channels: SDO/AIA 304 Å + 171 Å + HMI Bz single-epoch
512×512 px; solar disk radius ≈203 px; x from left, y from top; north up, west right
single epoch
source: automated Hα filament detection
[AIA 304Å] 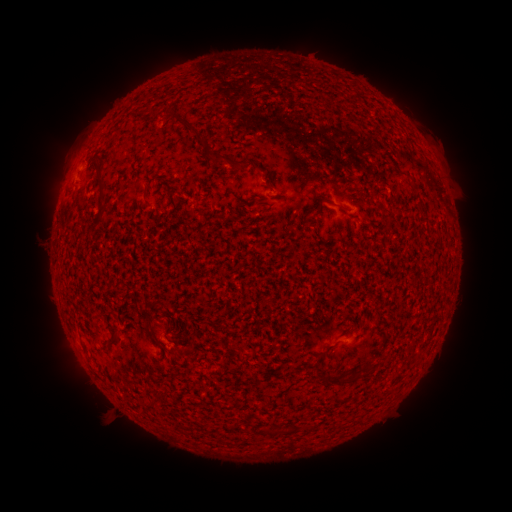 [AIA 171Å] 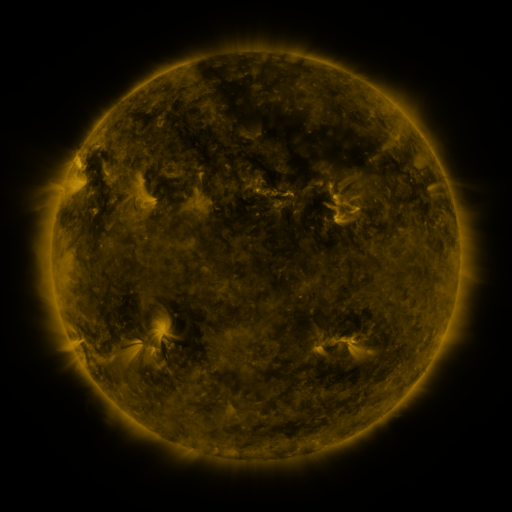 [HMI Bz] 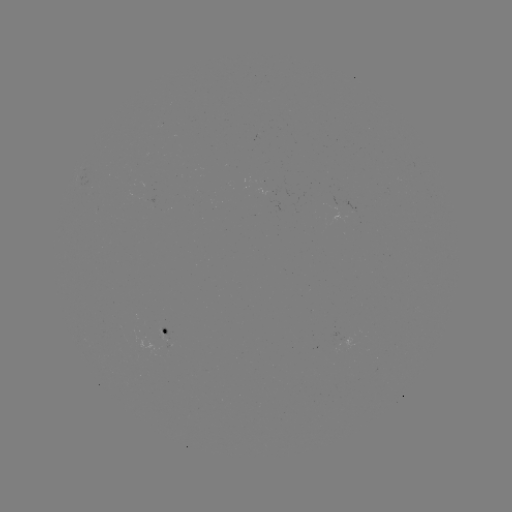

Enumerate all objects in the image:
filament: [168, 107, 208, 147]
filament: [212, 151, 251, 171]
filament: [98, 173, 107, 208]
filament: [104, 325, 119, 346]
filament: [344, 365, 372, 385]
filament: [320, 371, 345, 386]
filament: [260, 426, 269, 434]
